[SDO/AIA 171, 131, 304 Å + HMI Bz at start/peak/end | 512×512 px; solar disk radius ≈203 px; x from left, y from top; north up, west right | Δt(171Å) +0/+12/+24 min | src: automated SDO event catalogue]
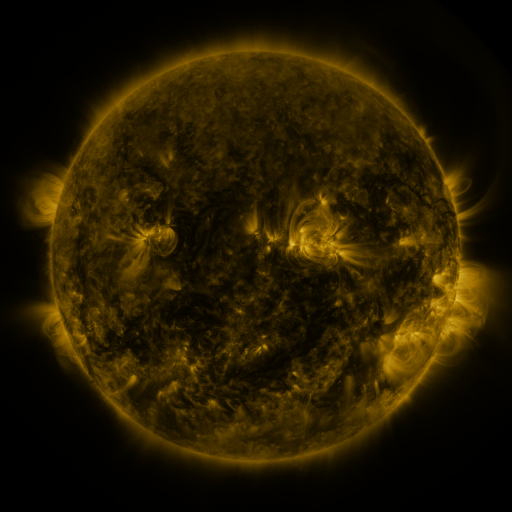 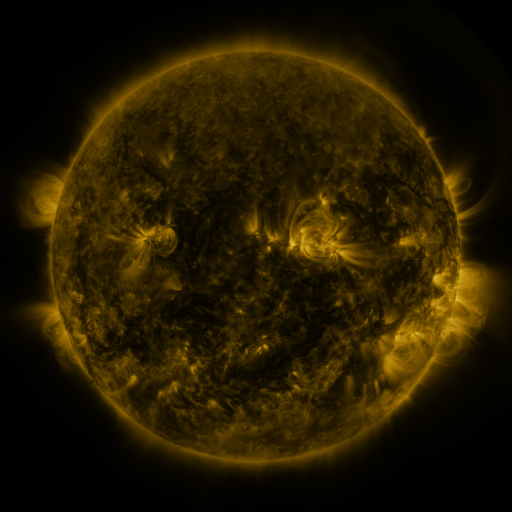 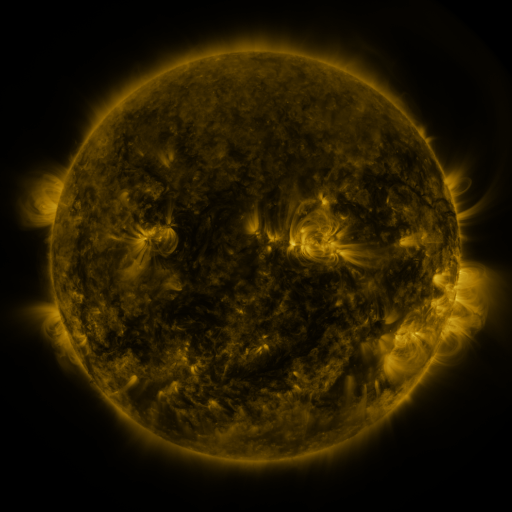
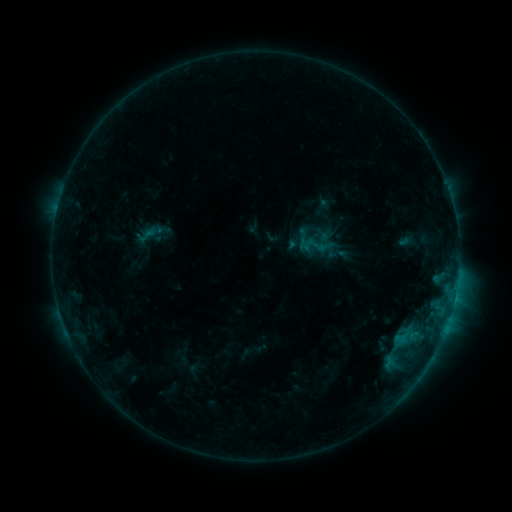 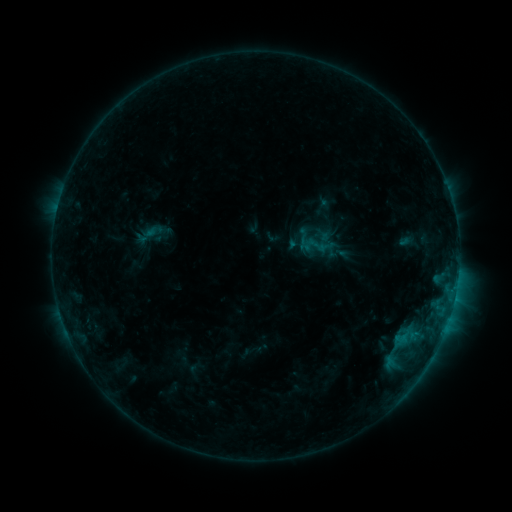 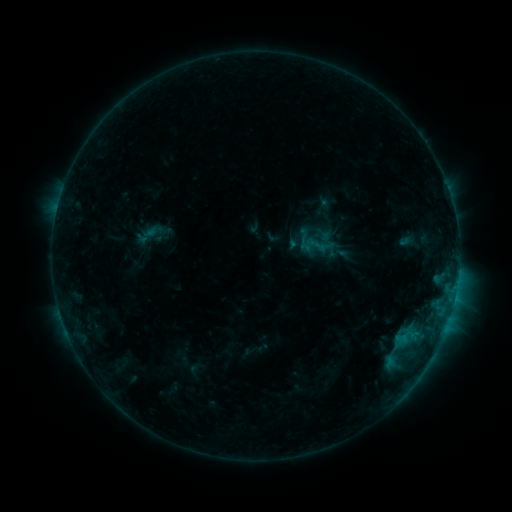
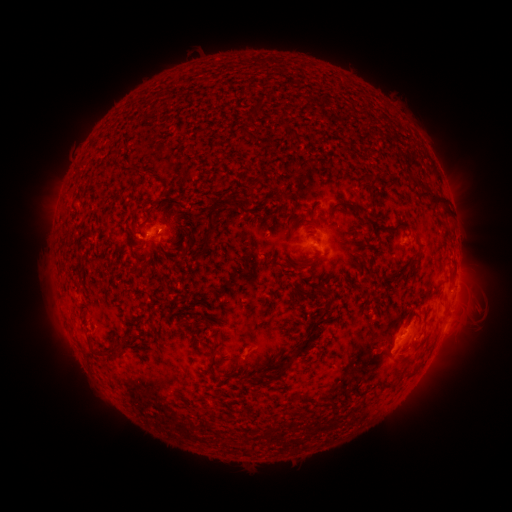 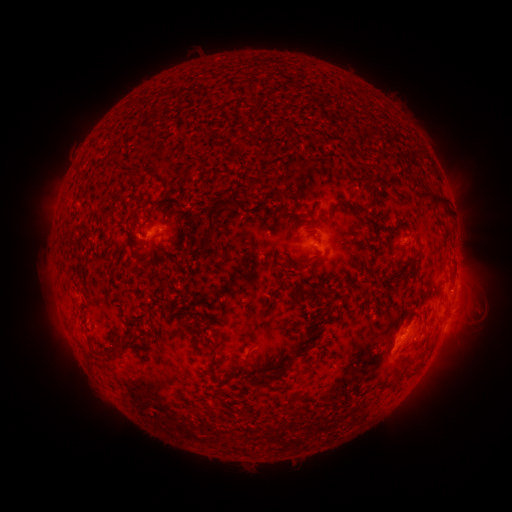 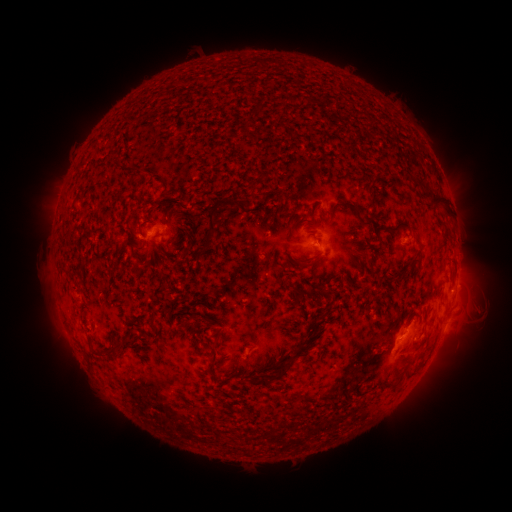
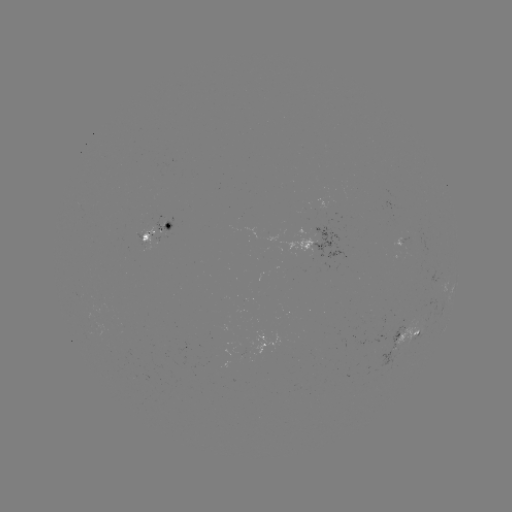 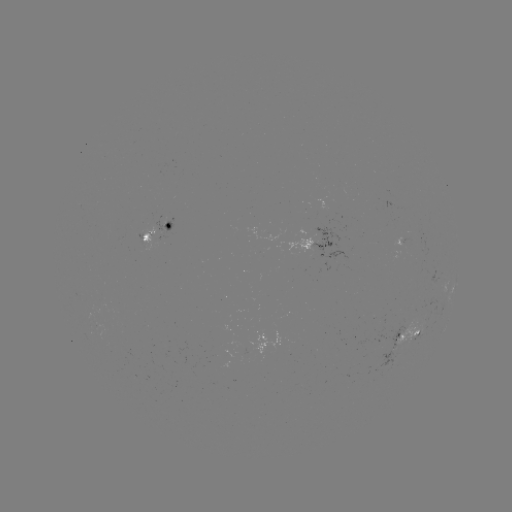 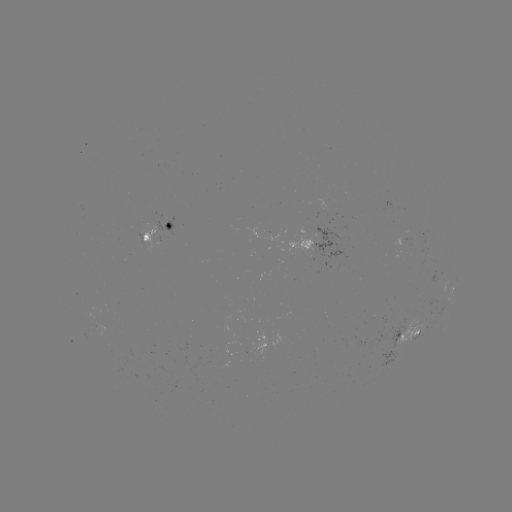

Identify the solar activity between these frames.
nothing was catalogued: no classed flare, no EUV trigger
